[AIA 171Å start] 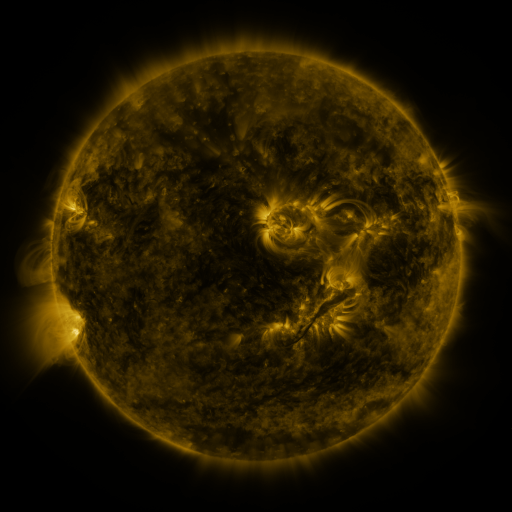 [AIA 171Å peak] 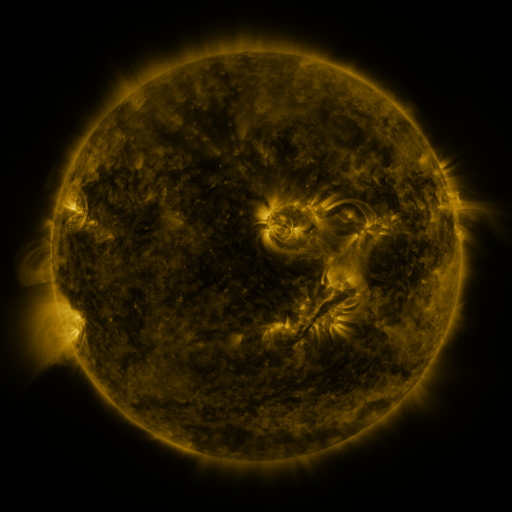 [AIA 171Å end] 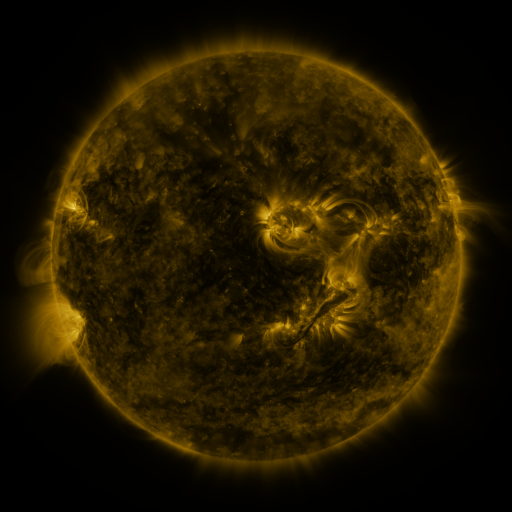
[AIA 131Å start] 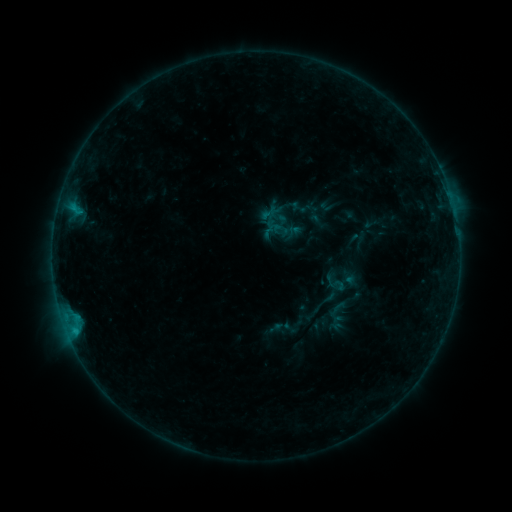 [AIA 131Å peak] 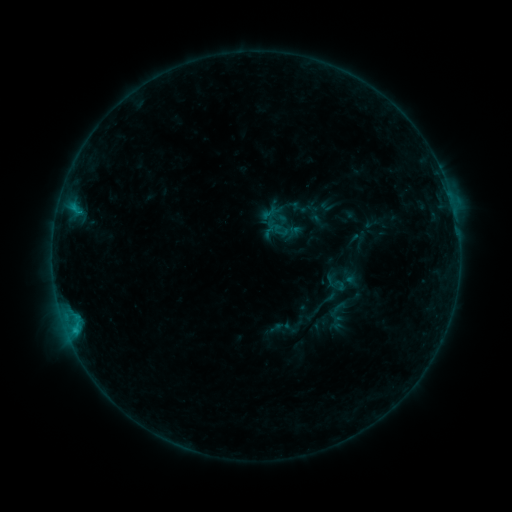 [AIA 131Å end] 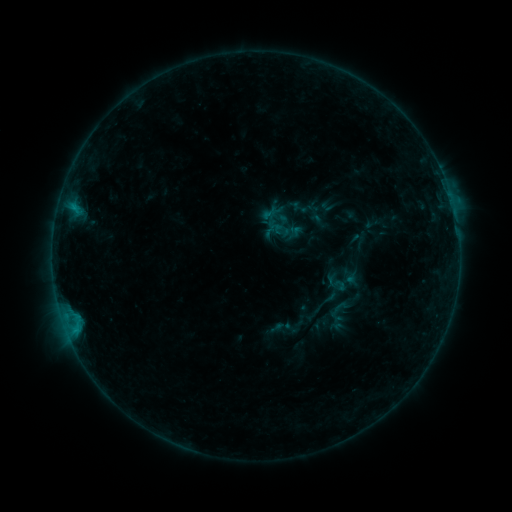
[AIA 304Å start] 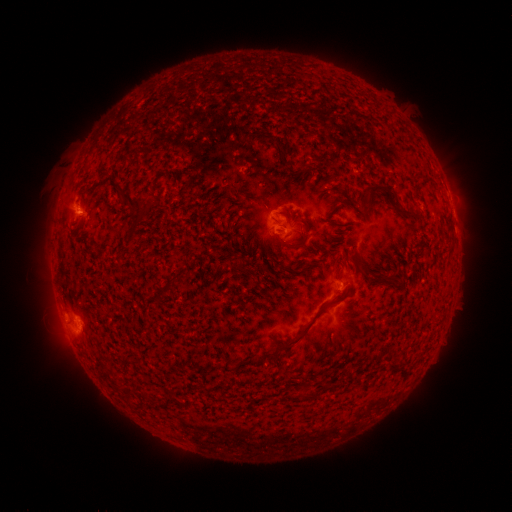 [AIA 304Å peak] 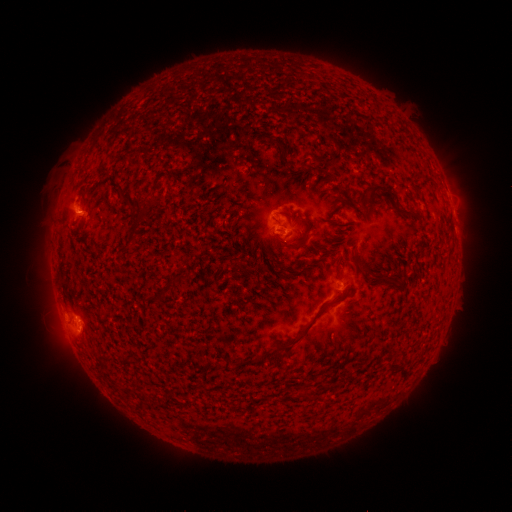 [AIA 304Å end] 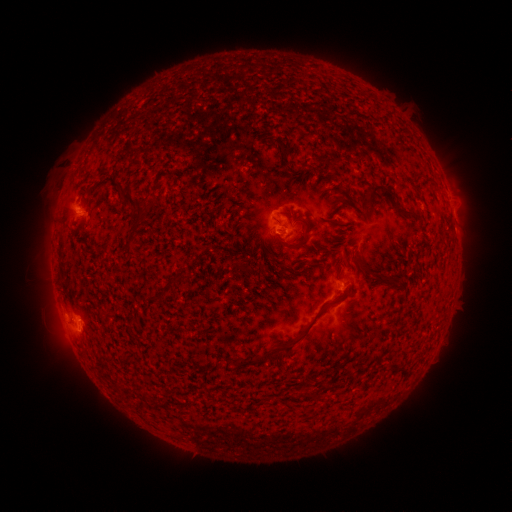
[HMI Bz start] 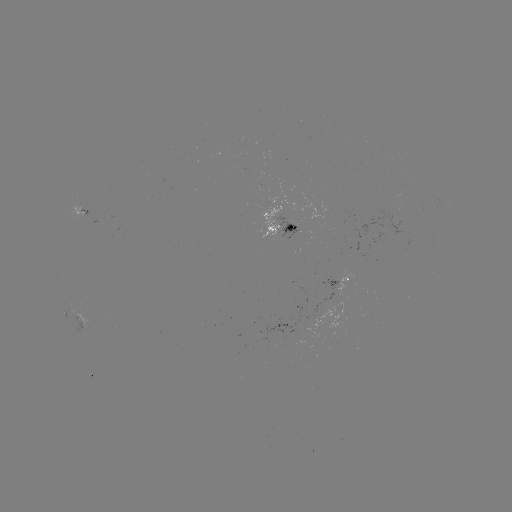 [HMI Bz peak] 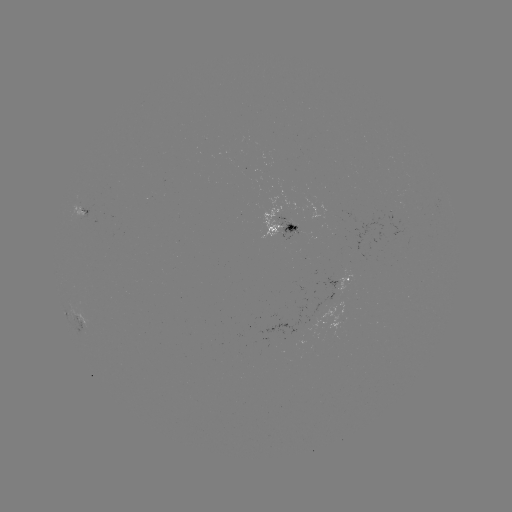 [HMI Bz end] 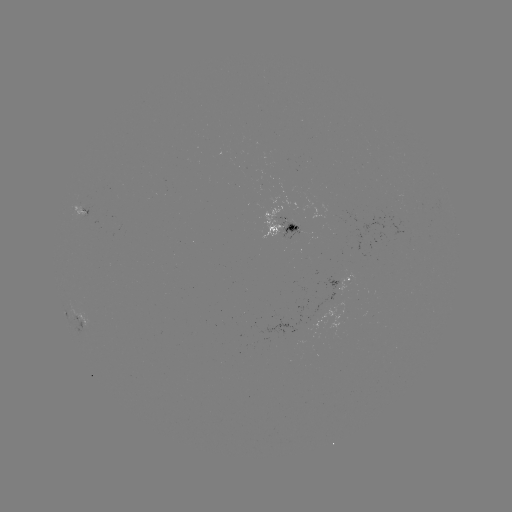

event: flare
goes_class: B8.0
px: (74, 326)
